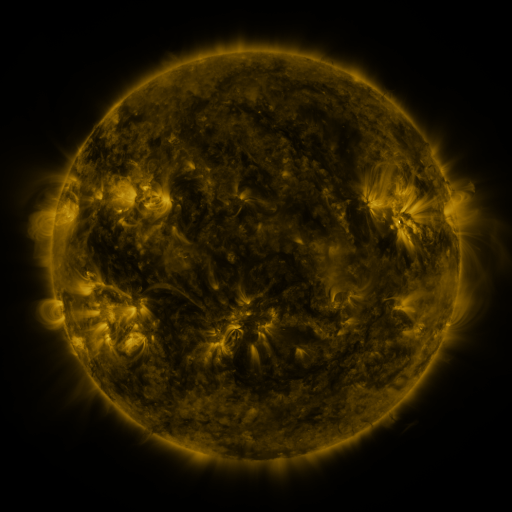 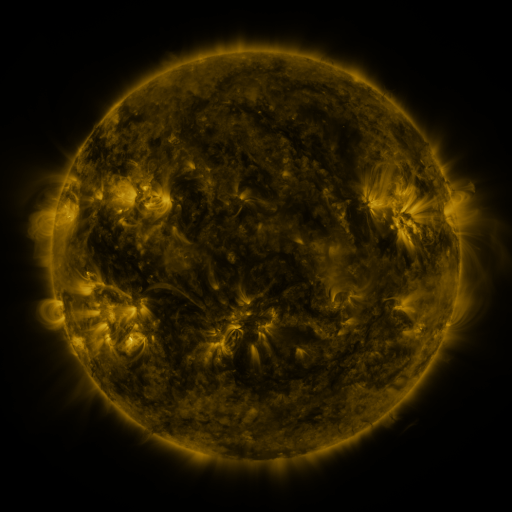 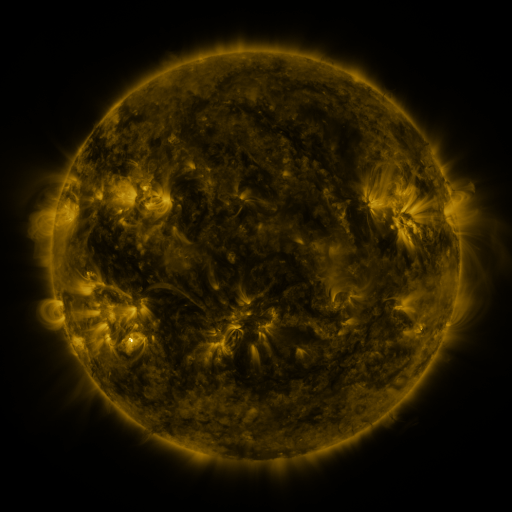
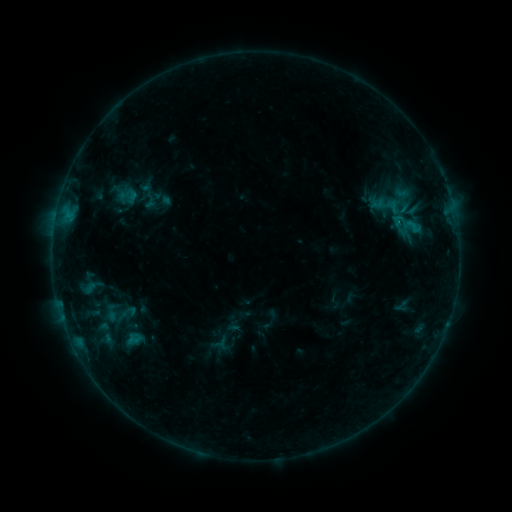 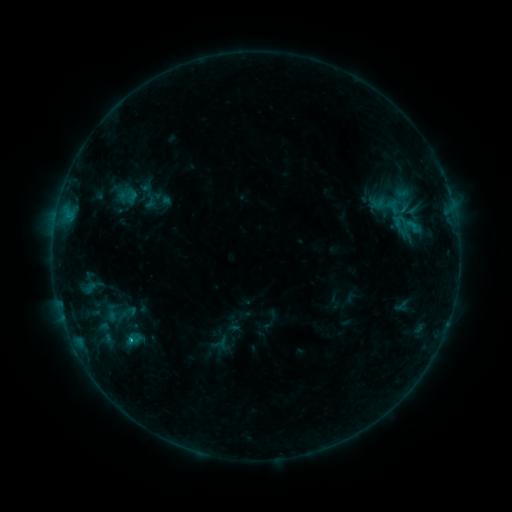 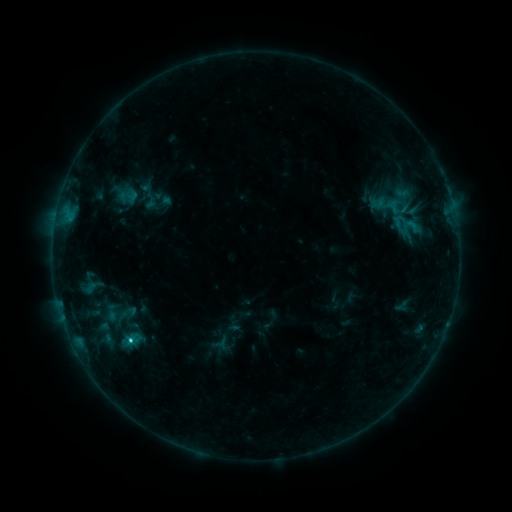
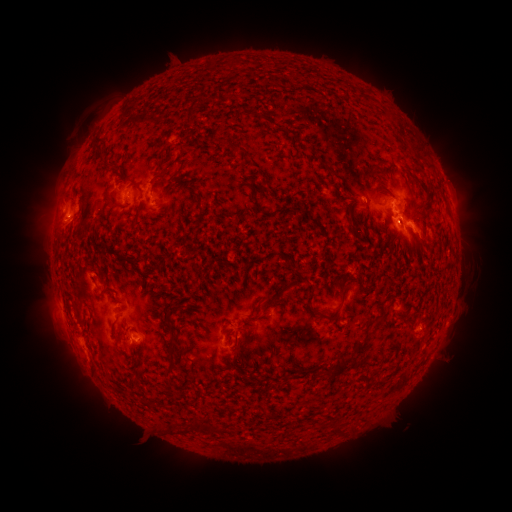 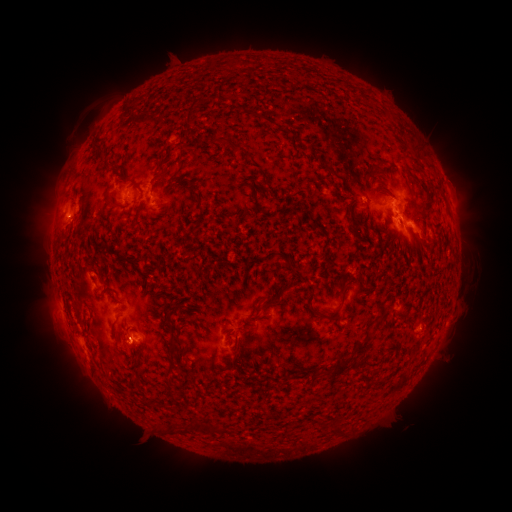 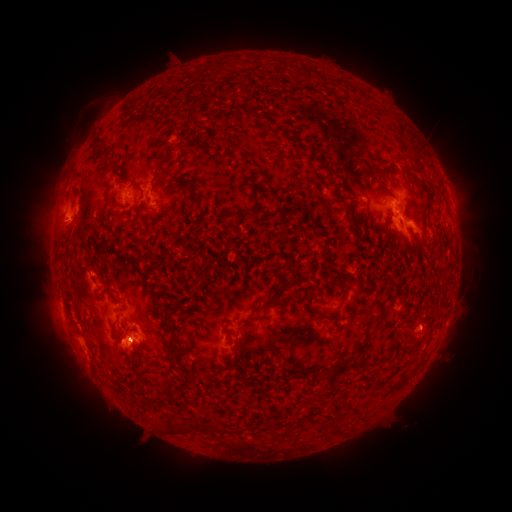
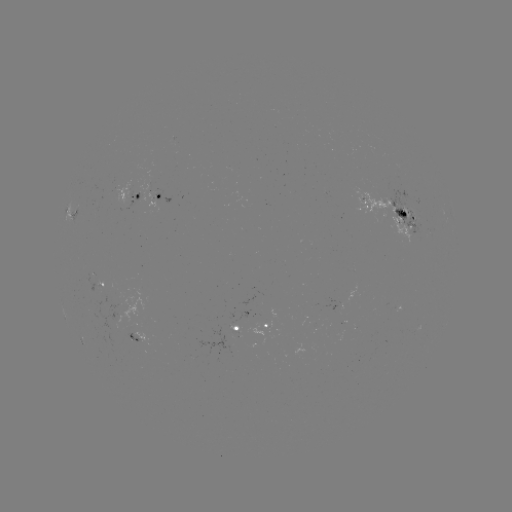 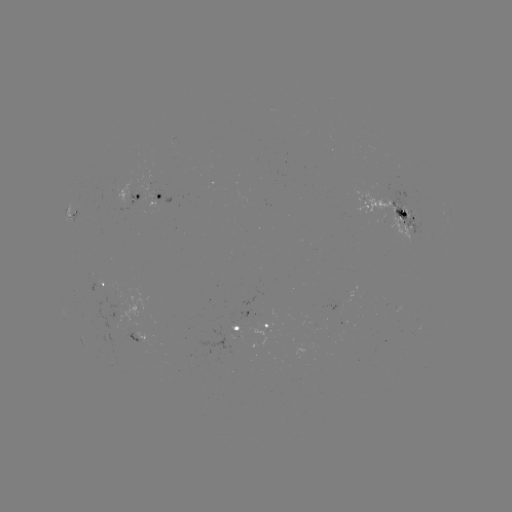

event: flare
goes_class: C1.7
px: (131, 339)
